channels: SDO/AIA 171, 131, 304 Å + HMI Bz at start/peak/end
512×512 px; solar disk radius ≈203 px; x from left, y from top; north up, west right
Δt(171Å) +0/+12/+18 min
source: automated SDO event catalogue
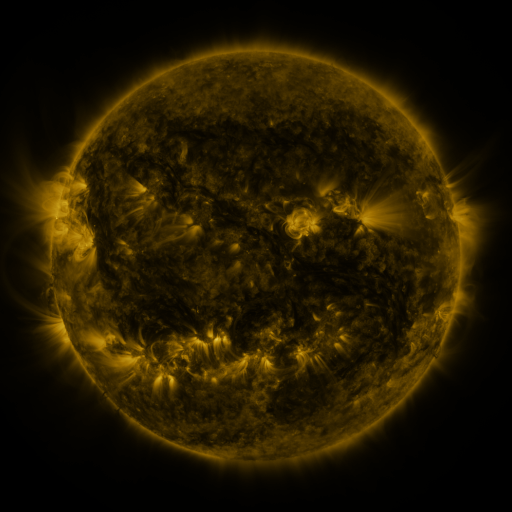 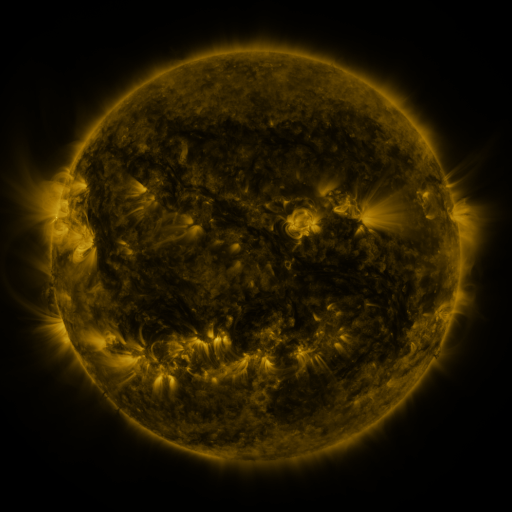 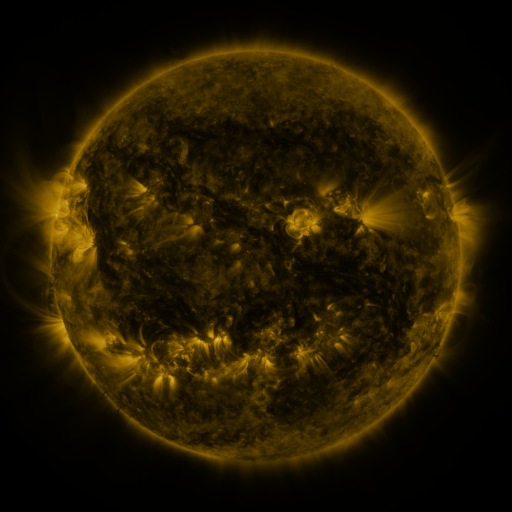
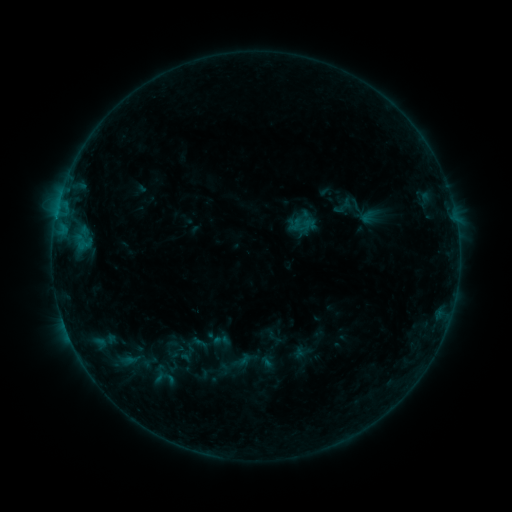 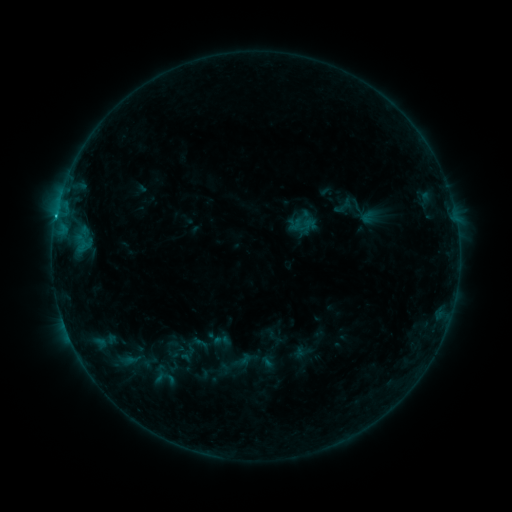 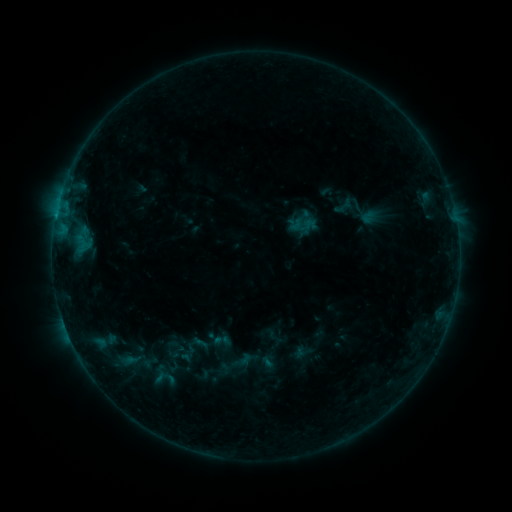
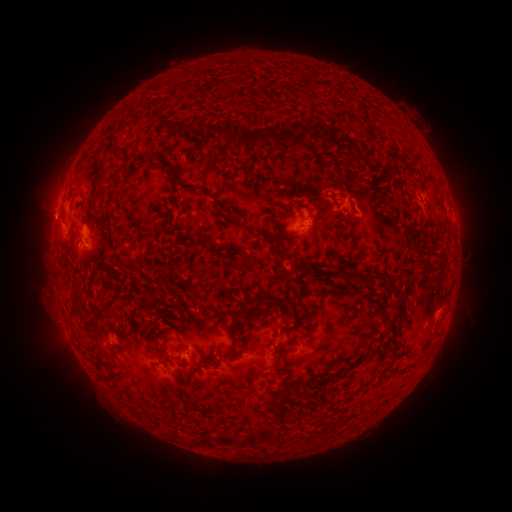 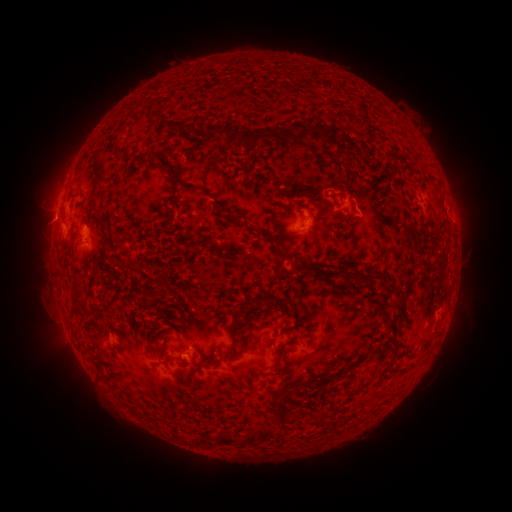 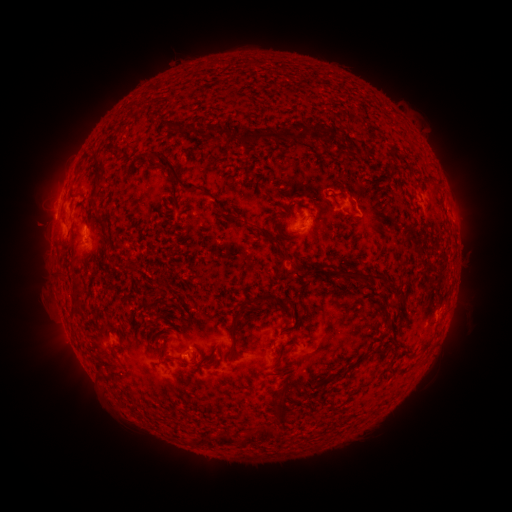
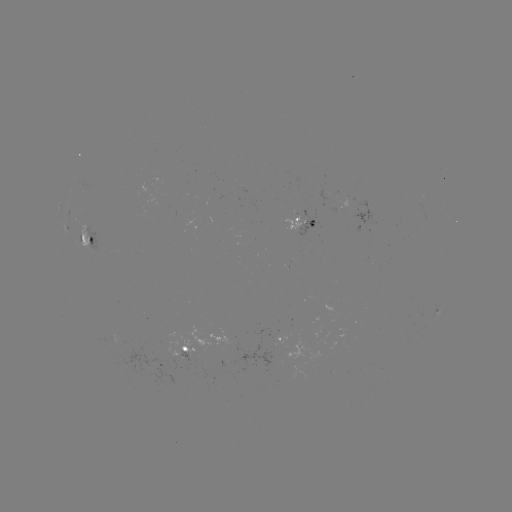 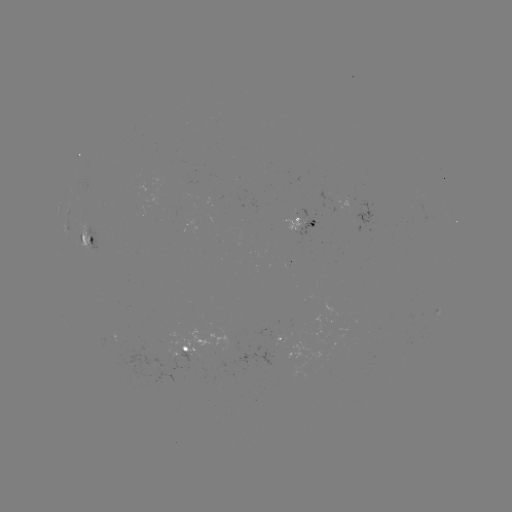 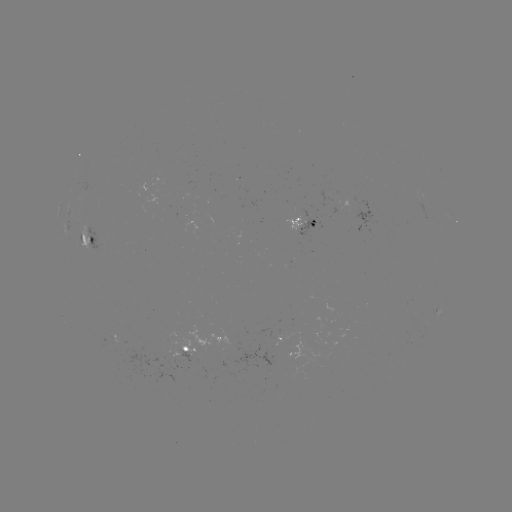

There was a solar flare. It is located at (56, 218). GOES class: B5.5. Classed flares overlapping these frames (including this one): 1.